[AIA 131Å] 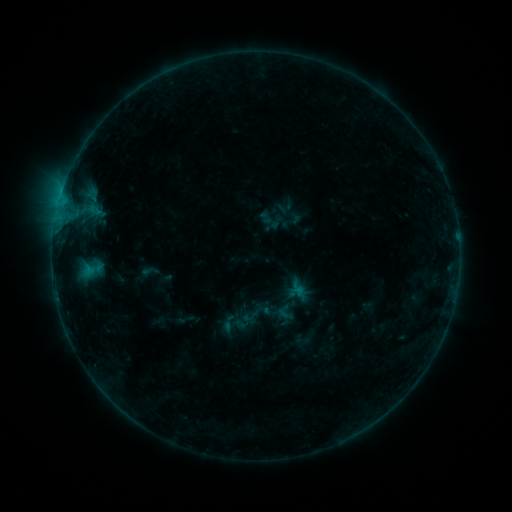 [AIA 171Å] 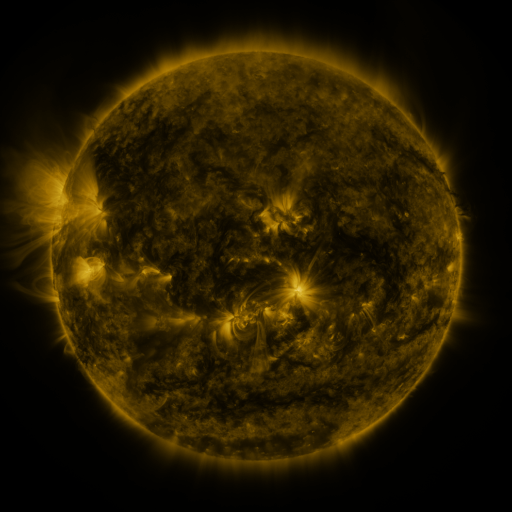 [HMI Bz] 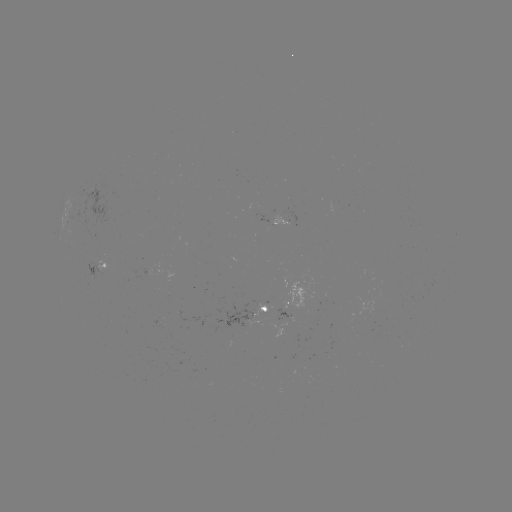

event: sigmoid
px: (150, 271)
